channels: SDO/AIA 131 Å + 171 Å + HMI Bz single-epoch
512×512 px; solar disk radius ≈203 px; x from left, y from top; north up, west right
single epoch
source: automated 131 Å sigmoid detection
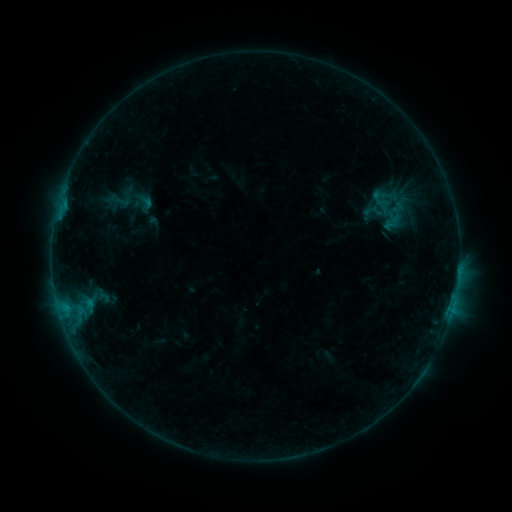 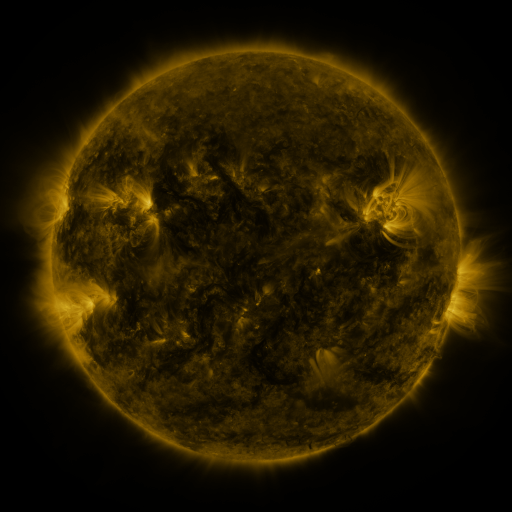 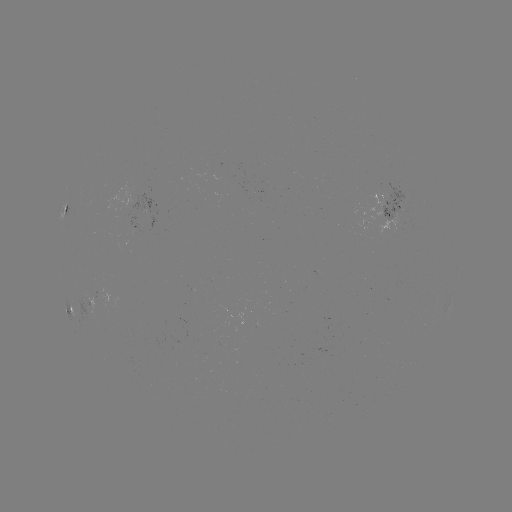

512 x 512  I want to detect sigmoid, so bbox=[371, 196, 394, 216].